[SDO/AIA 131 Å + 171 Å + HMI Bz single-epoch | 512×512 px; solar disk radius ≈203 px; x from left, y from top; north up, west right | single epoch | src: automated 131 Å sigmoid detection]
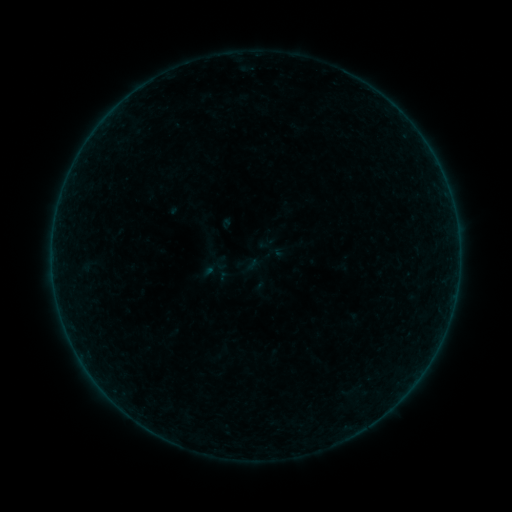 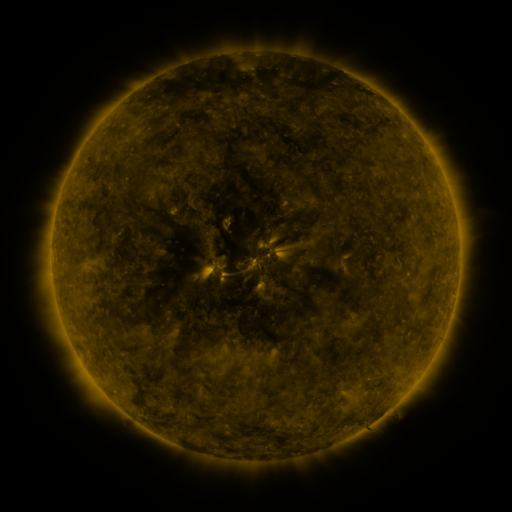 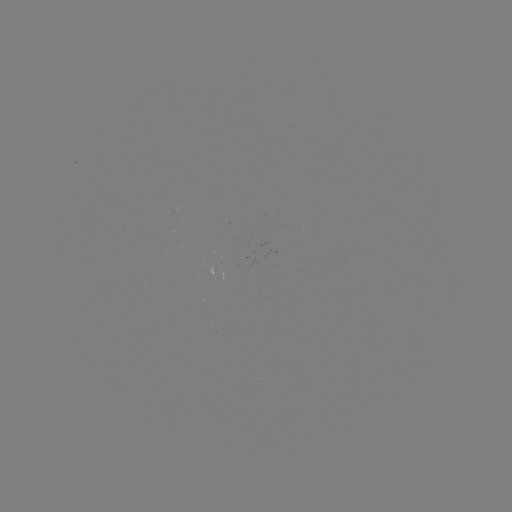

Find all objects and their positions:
sigmoid: (267, 243)
